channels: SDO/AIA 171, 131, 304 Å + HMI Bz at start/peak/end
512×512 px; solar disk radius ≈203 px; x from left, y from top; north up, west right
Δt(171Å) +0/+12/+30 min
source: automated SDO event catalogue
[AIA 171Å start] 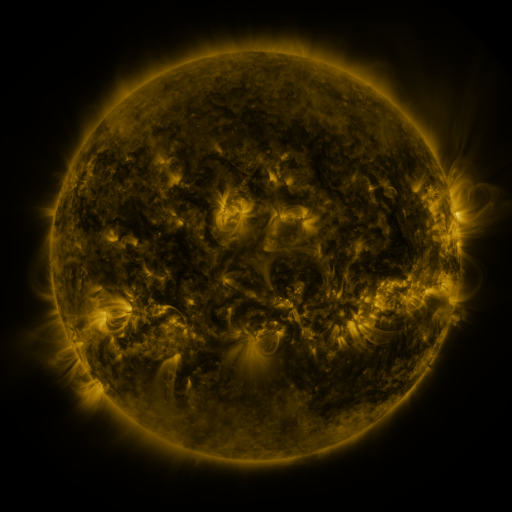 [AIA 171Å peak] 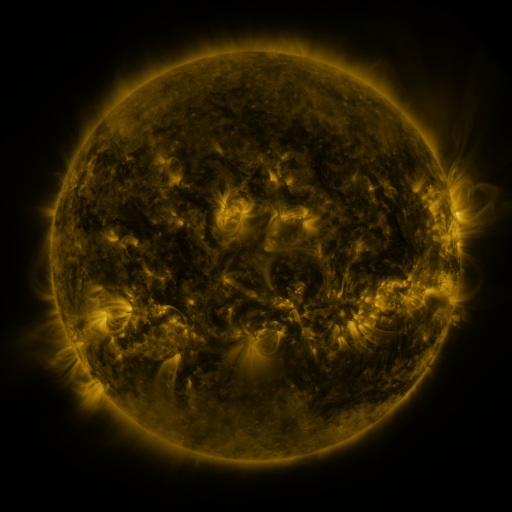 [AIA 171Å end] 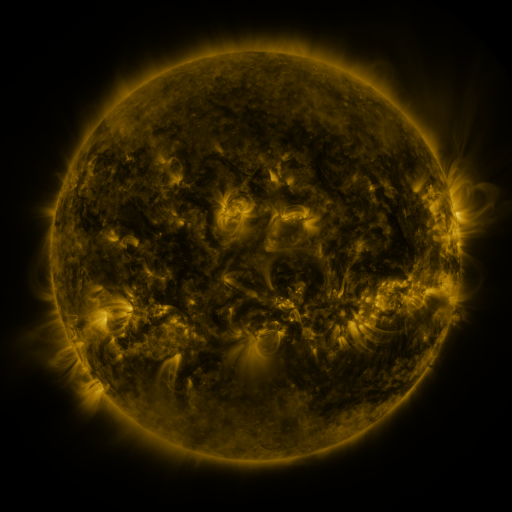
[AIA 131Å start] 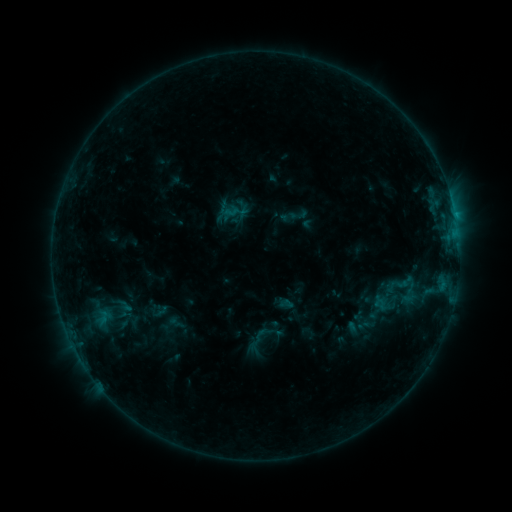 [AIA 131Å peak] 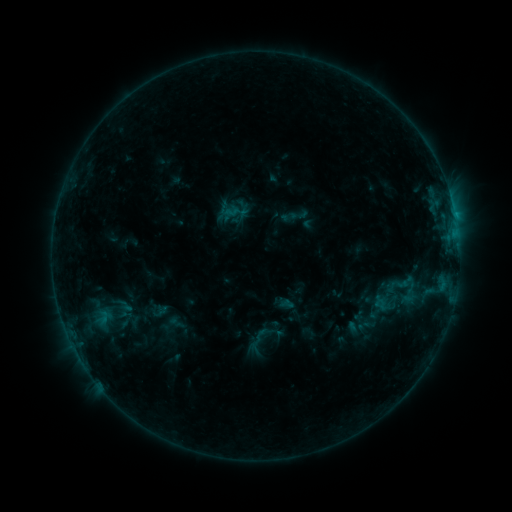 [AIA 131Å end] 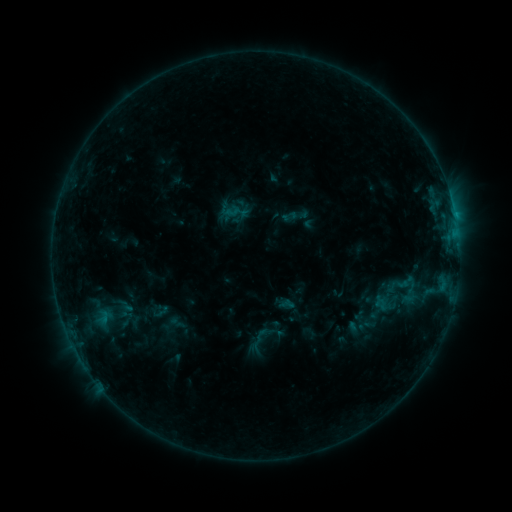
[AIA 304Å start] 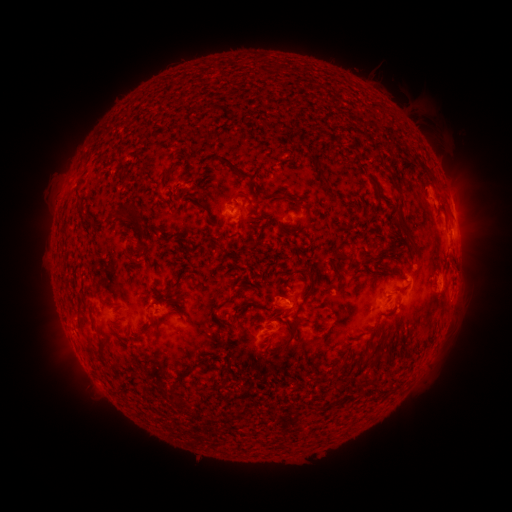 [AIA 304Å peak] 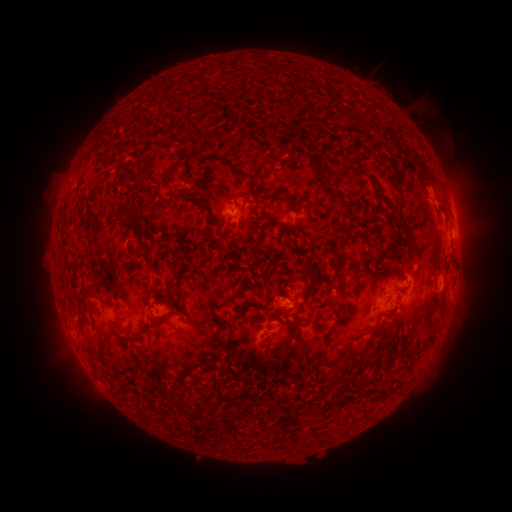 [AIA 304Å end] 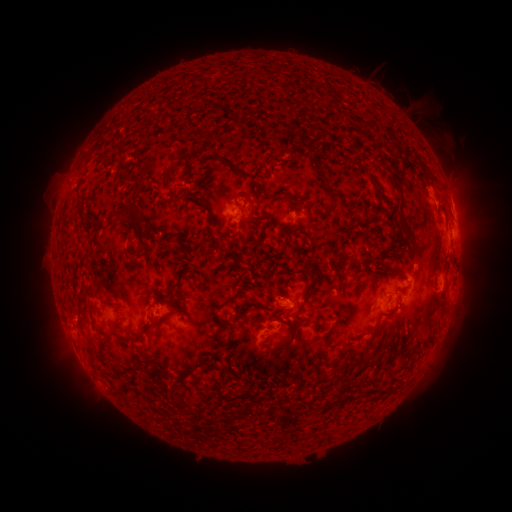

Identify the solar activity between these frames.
nothing was catalogued: no classed flare, no EUV trigger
